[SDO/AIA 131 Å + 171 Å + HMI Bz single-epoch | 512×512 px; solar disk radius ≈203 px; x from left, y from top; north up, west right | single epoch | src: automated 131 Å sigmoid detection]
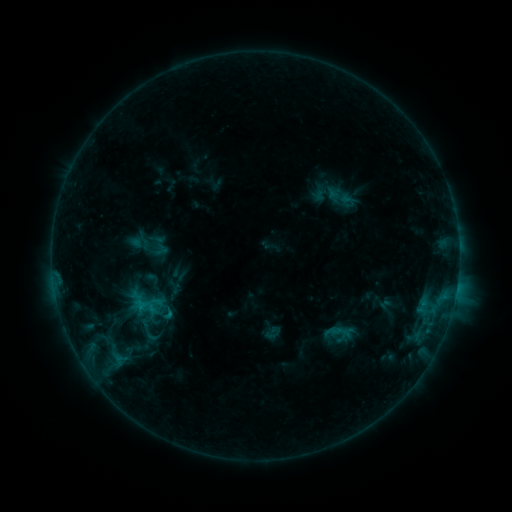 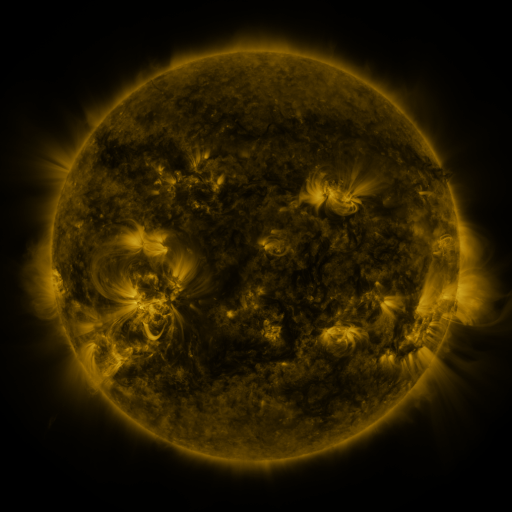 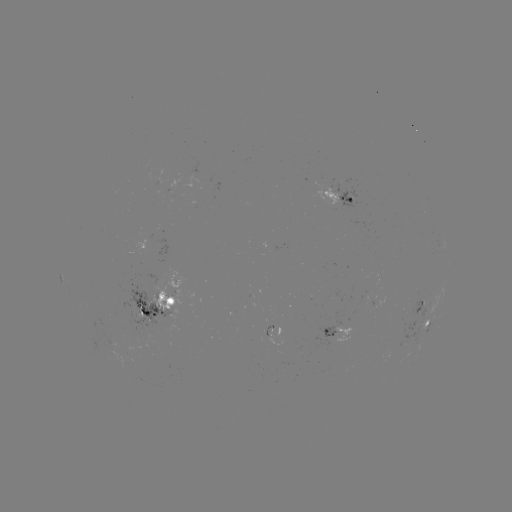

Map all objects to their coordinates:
sigmoid: (148, 234, 172, 259)
sigmoid: (145, 297, 167, 317)
